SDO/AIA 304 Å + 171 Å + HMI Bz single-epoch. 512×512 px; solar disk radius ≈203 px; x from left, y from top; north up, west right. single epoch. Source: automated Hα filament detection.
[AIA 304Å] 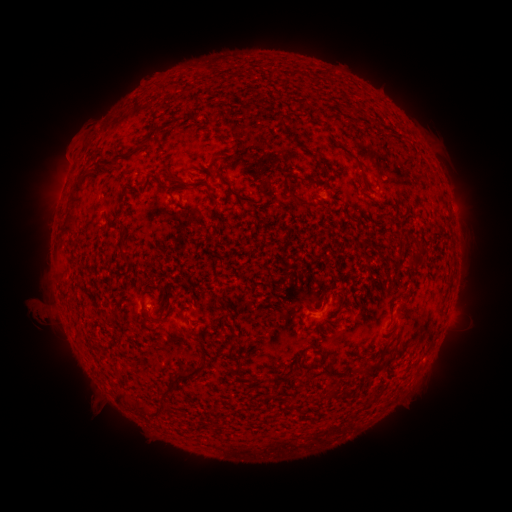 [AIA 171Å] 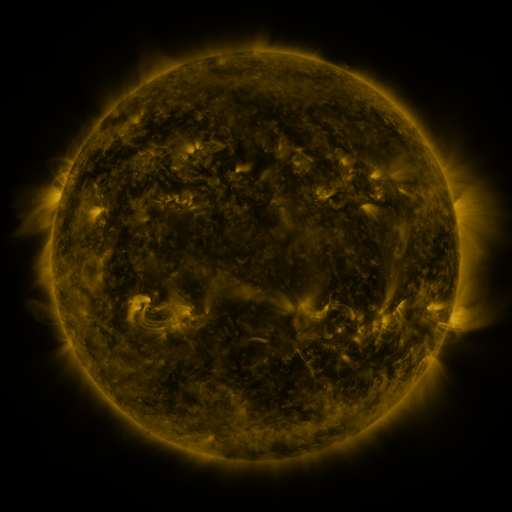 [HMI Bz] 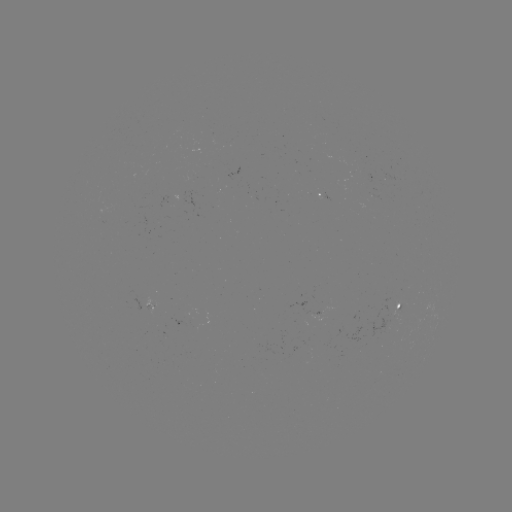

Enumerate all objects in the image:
filament: (295, 74)
filament: (283, 122)
filament: (215, 162)
filament: (109, 164)
filament: (361, 170)
filament: (171, 176)
filament: (307, 180)
filament: (207, 185)
filament: (74, 192)
filament: (233, 193)
filament: (298, 199)
filament: (71, 223)
filament: (422, 257)
filament: (144, 295)
filament: (189, 331)
filament: (231, 337)
filament: (373, 370)
filament: (180, 377)
filament: (279, 378)
filament: (332, 393)
filament: (287, 406)
filament: (140, 408)
